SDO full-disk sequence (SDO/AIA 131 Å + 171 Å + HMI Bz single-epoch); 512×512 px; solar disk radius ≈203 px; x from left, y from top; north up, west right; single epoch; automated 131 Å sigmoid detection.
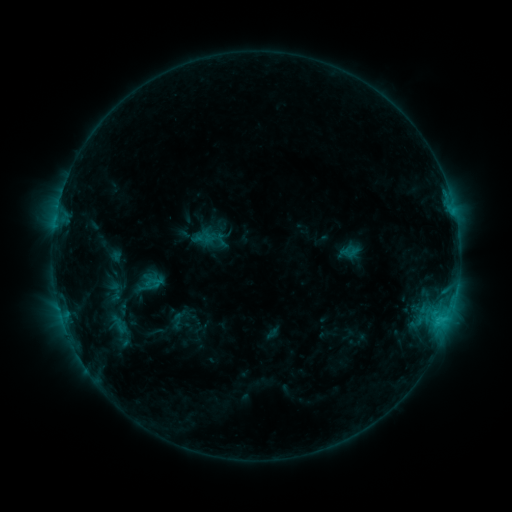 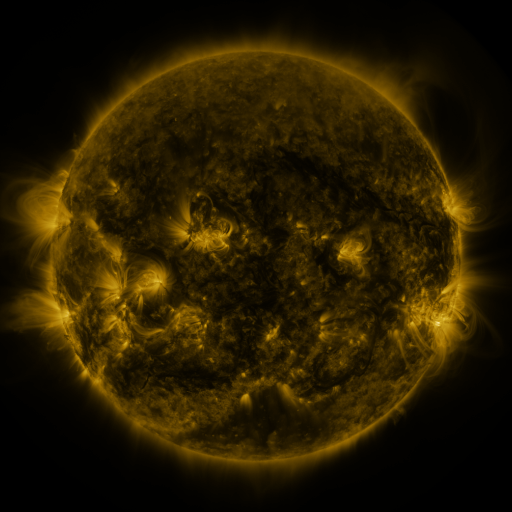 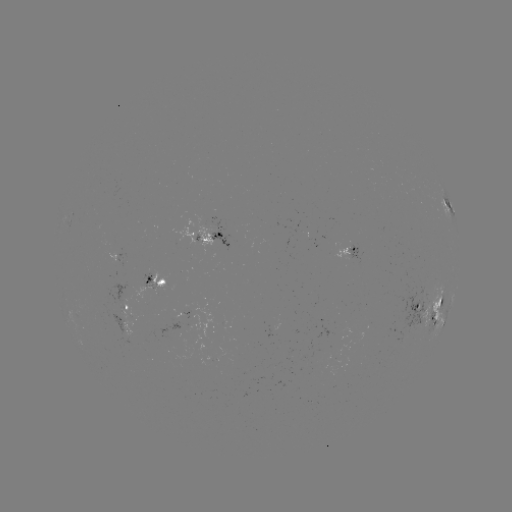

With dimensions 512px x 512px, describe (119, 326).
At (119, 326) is sigmoid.